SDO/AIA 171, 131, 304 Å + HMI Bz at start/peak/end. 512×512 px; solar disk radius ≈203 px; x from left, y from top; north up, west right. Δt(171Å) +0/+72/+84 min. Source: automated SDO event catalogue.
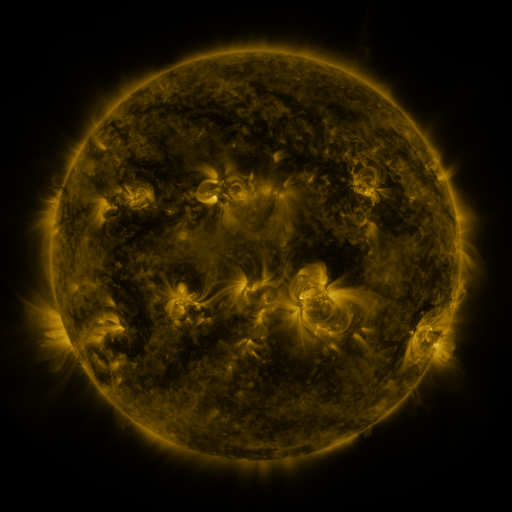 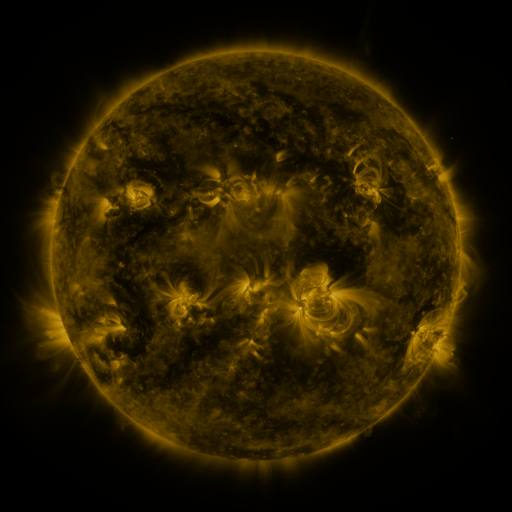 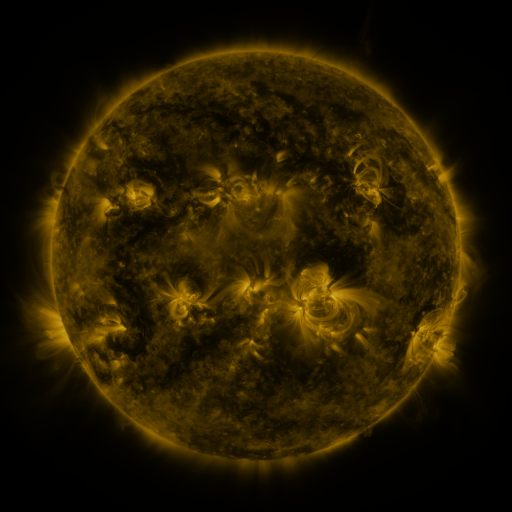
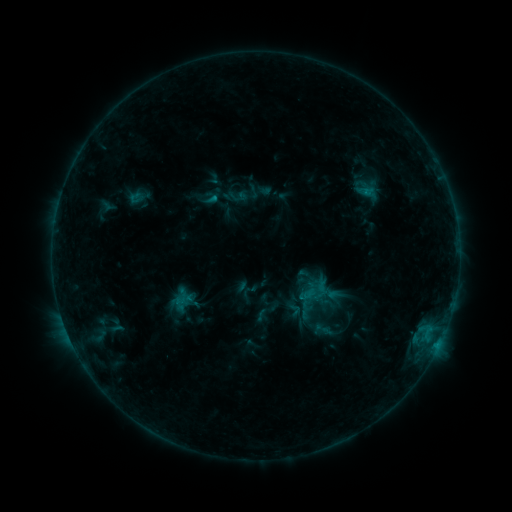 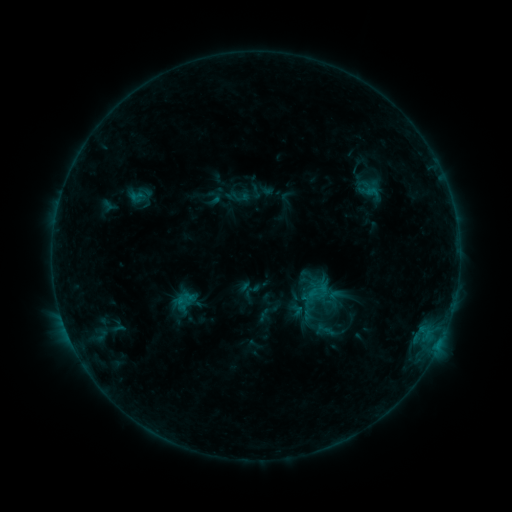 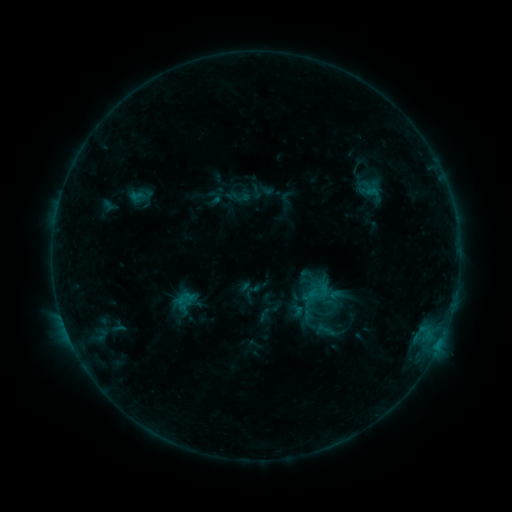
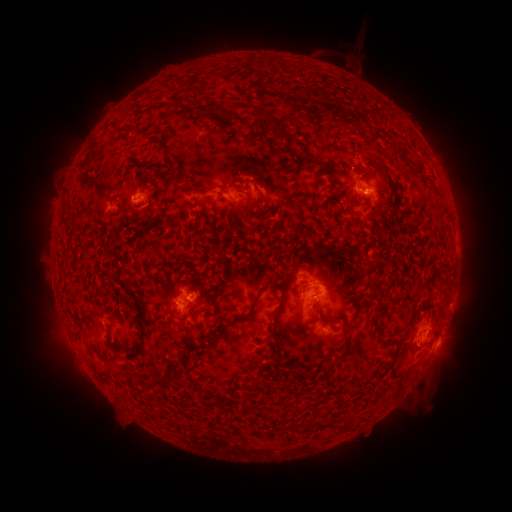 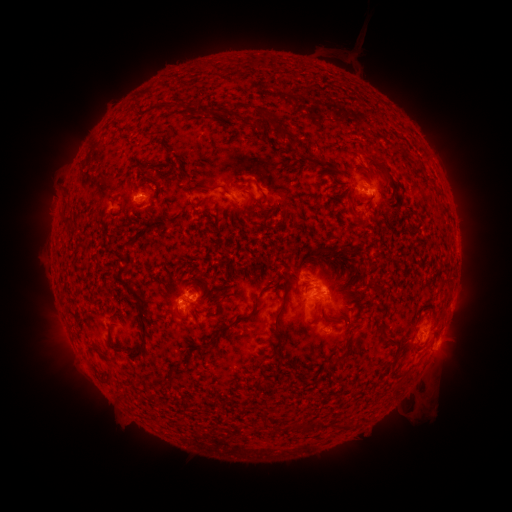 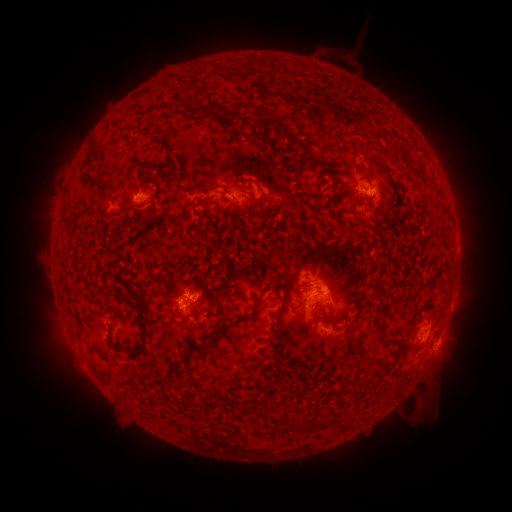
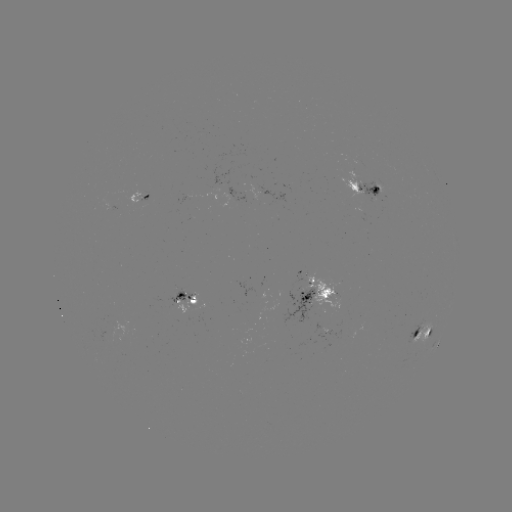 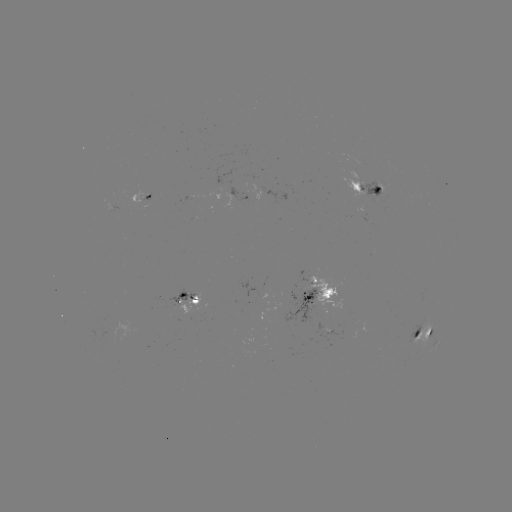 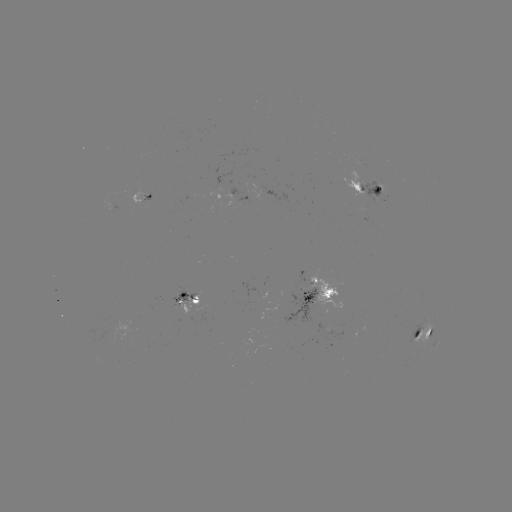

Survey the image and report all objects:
emerging-flux region: (334, 308)
